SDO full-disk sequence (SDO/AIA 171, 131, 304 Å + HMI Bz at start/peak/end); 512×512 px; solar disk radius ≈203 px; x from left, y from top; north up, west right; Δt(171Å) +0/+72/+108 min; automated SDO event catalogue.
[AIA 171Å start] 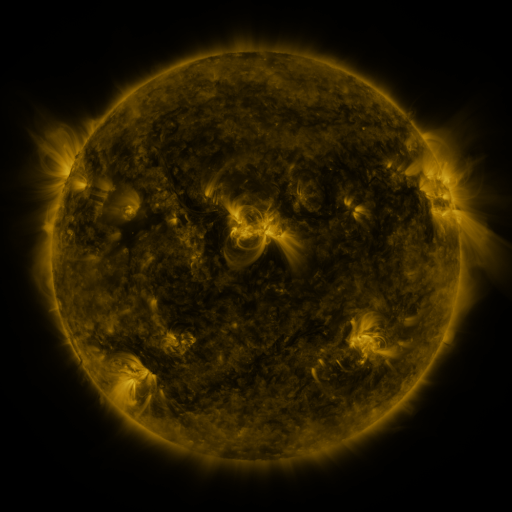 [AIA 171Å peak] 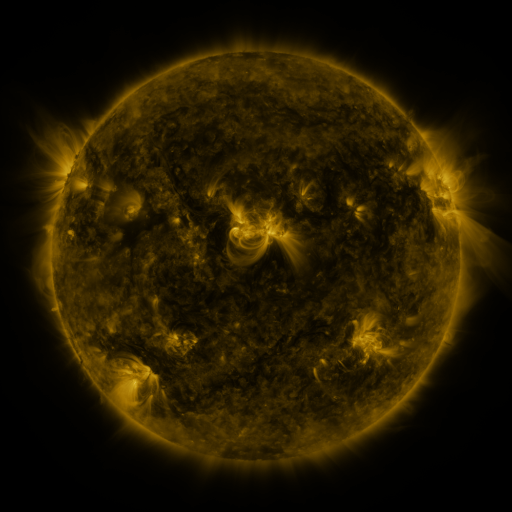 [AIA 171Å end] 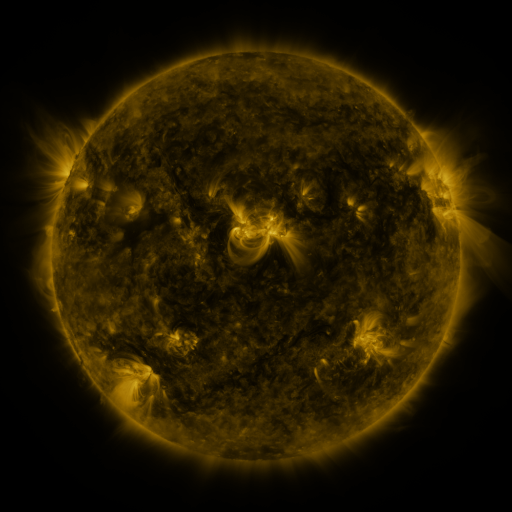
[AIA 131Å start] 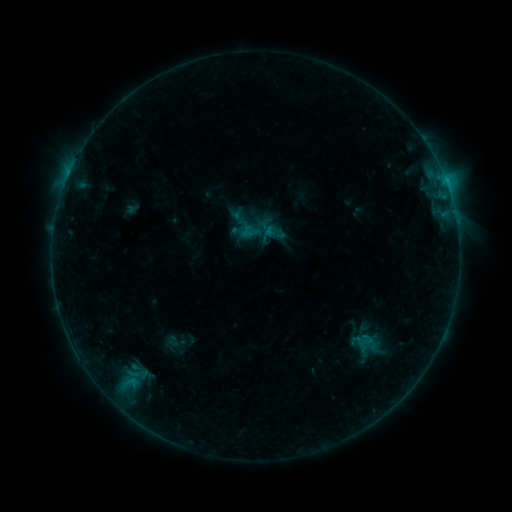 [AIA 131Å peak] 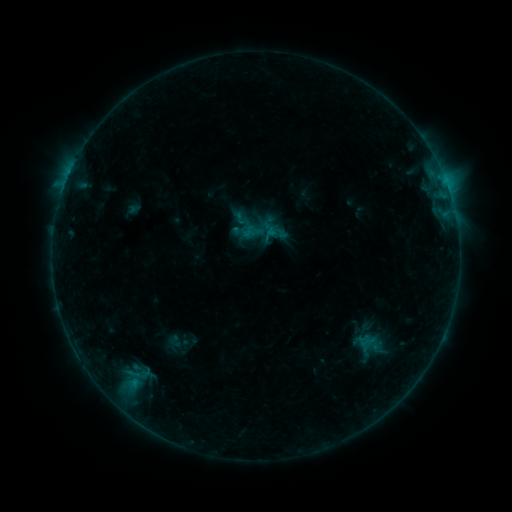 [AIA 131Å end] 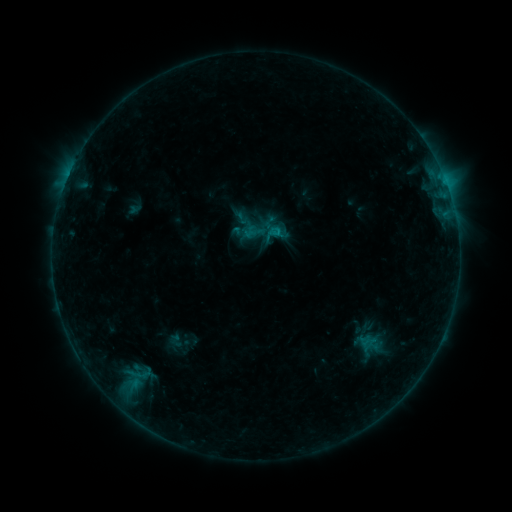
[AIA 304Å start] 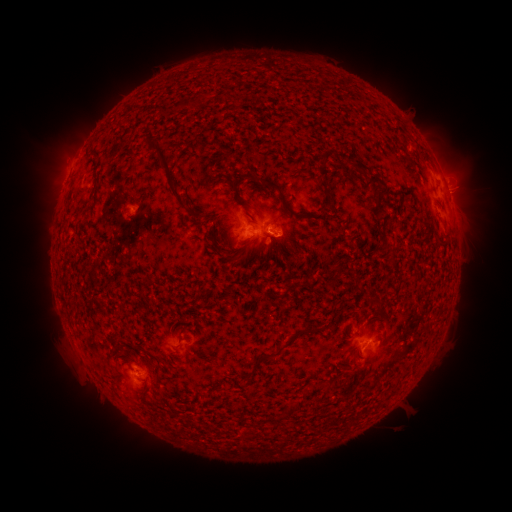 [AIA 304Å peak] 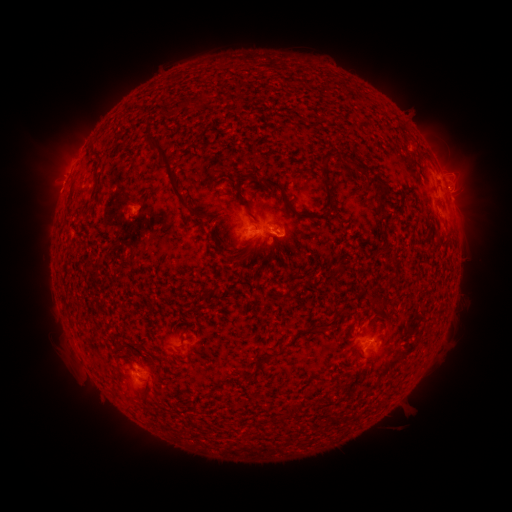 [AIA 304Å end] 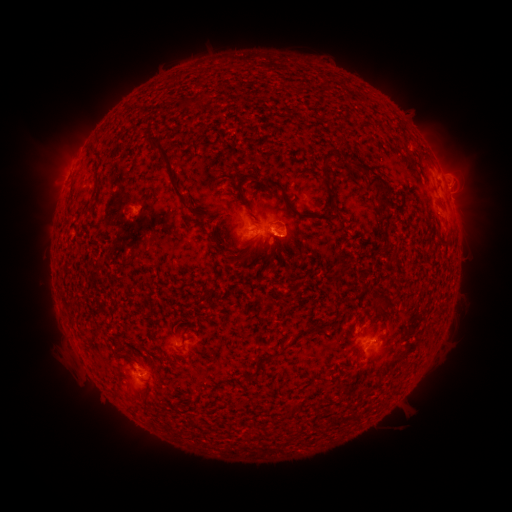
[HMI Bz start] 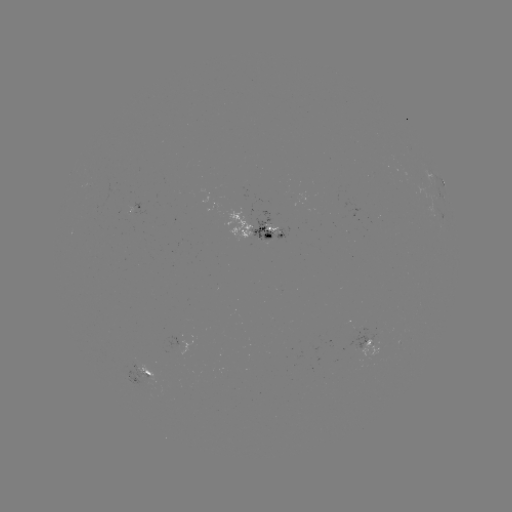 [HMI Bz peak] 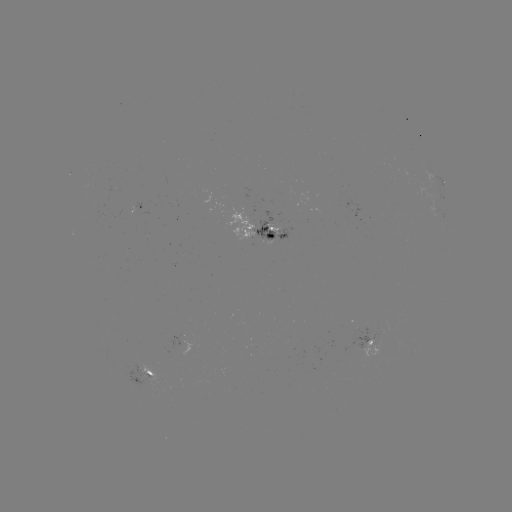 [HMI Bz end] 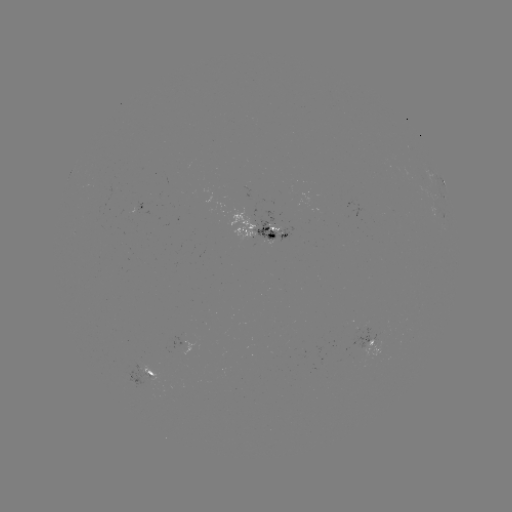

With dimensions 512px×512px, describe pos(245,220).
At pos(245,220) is emerging-flux region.